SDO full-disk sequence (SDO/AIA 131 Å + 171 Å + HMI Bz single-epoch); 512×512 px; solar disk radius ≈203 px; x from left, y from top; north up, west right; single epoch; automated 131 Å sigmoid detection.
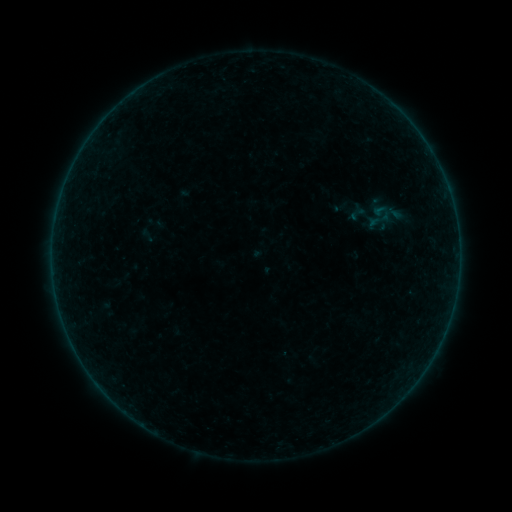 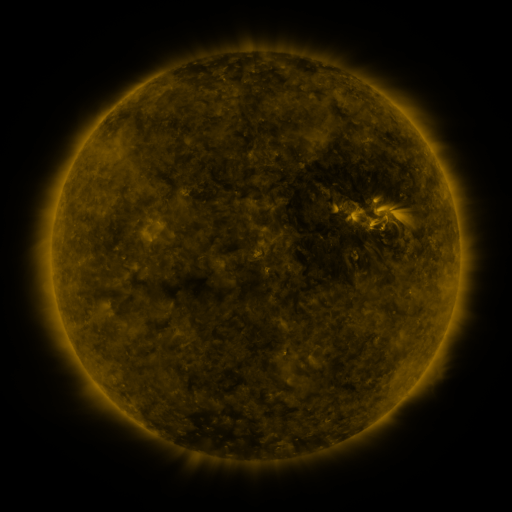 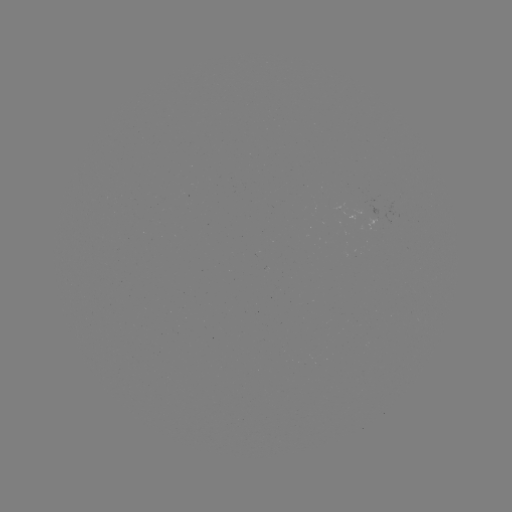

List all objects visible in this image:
sigmoid: (361, 199, 396, 236)
